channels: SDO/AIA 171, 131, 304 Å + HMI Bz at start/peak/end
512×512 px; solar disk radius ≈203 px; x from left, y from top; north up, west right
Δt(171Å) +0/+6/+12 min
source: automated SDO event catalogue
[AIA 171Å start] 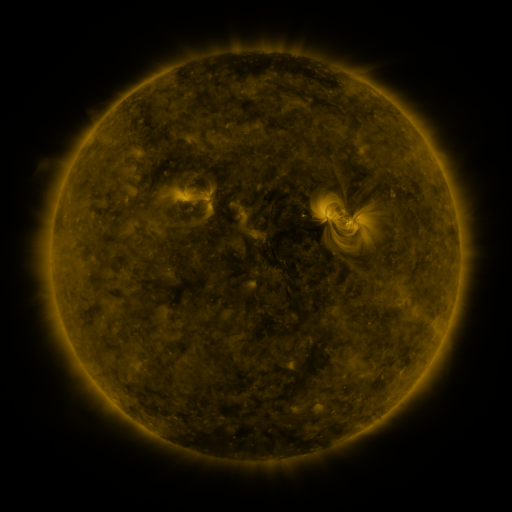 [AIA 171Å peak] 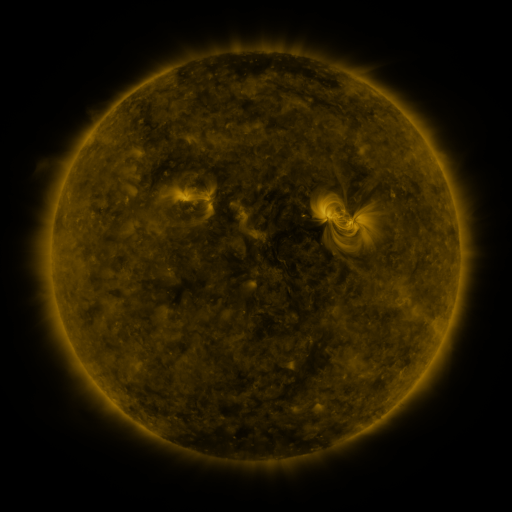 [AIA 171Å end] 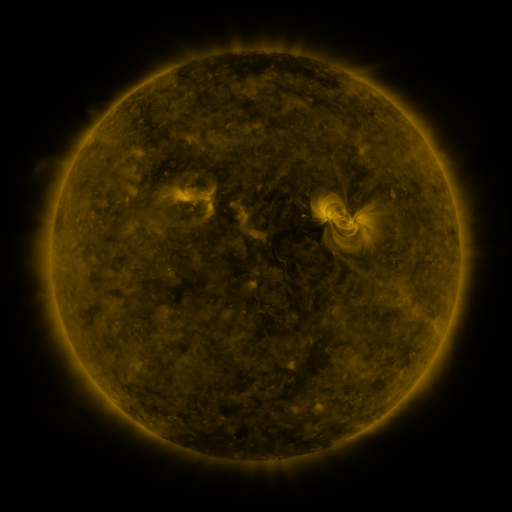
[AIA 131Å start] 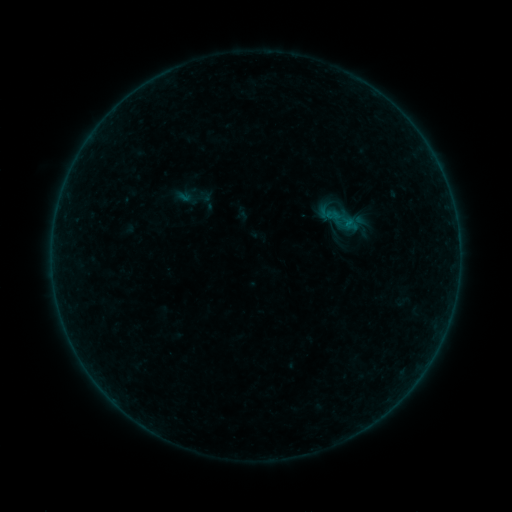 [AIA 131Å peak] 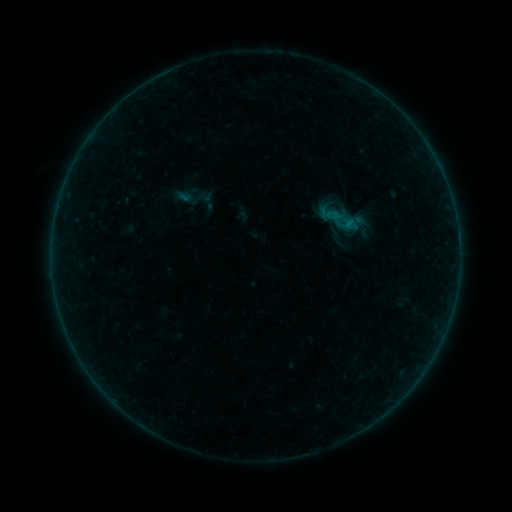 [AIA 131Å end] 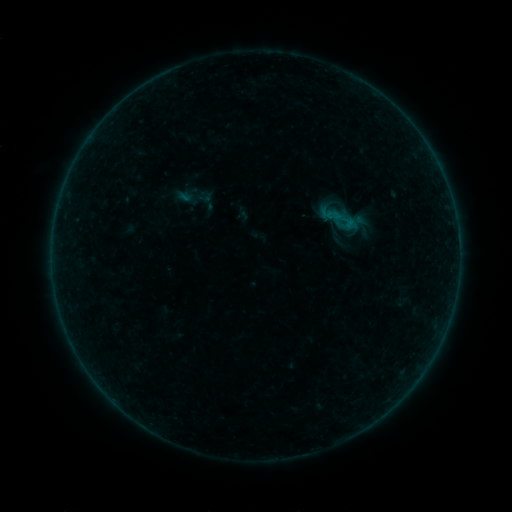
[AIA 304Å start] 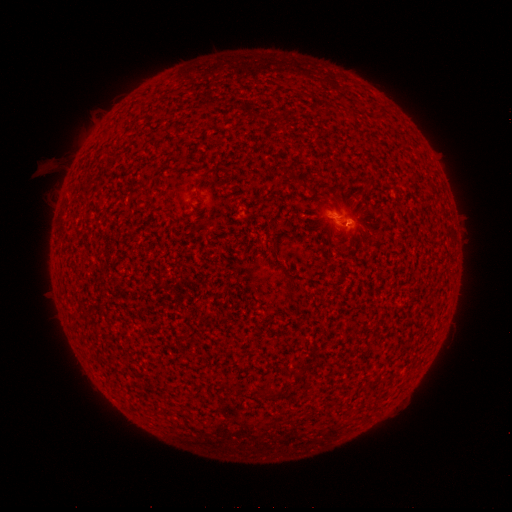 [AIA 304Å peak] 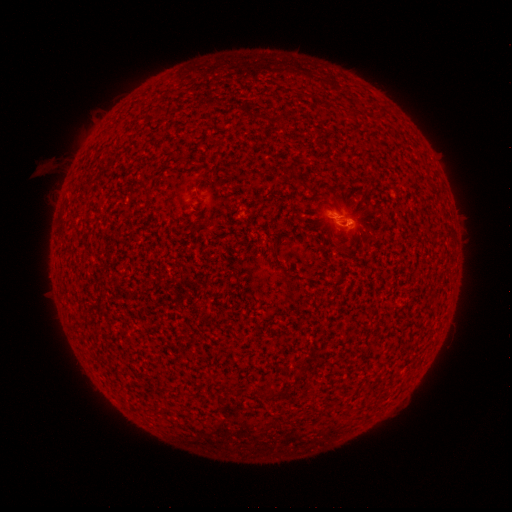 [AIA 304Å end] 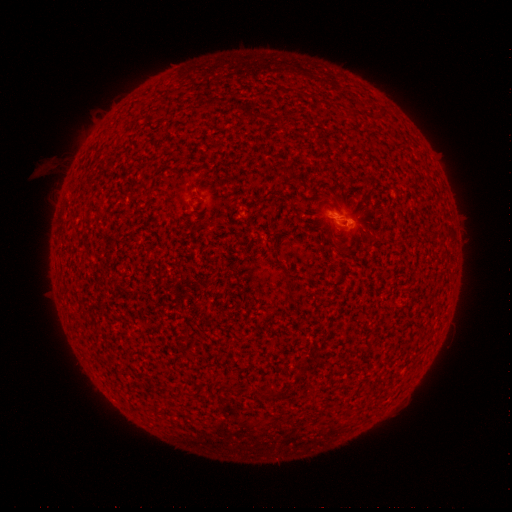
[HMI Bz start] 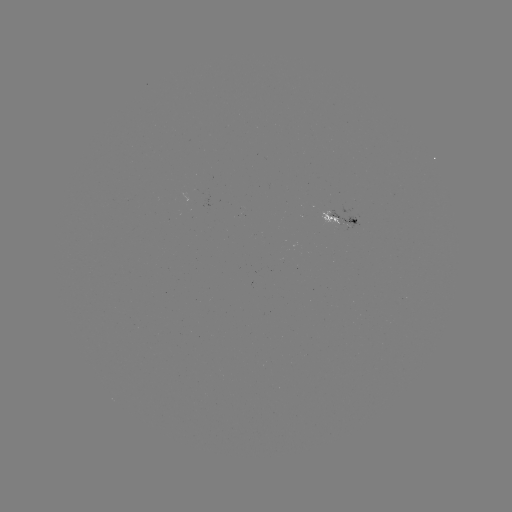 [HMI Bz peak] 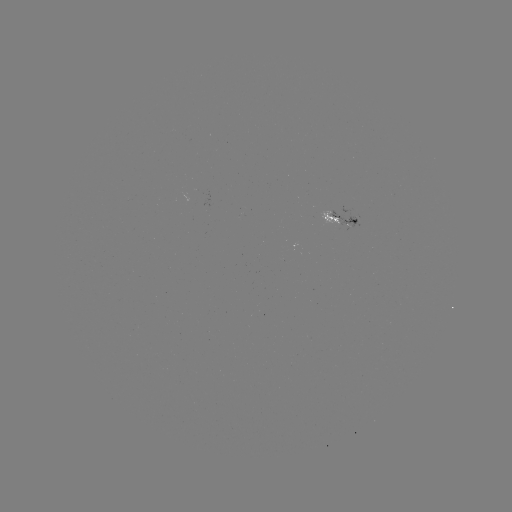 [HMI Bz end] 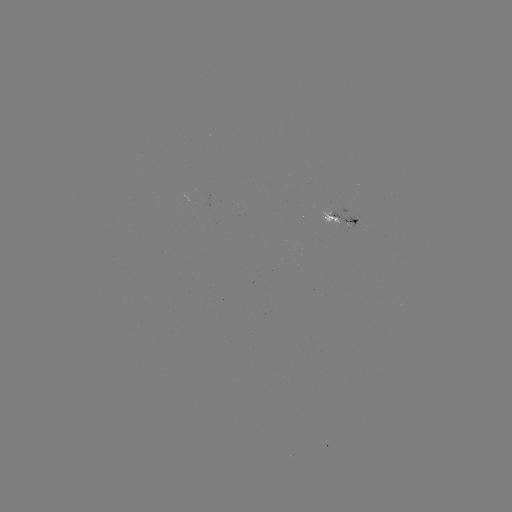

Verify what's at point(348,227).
B1.2 flare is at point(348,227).